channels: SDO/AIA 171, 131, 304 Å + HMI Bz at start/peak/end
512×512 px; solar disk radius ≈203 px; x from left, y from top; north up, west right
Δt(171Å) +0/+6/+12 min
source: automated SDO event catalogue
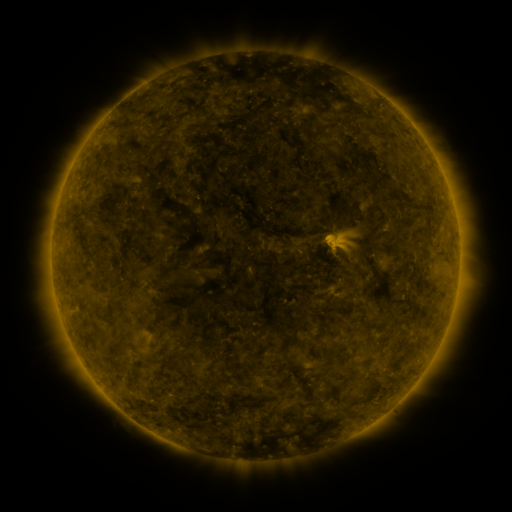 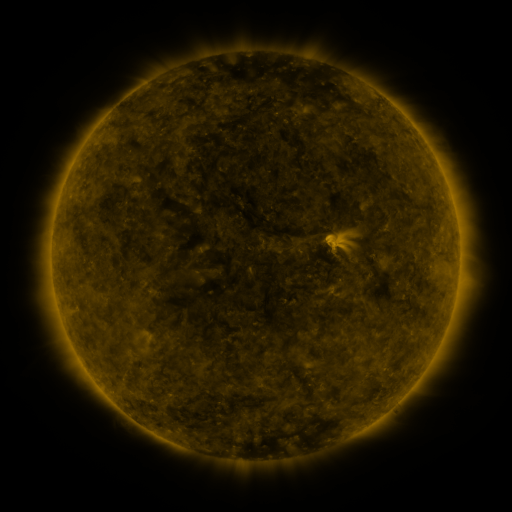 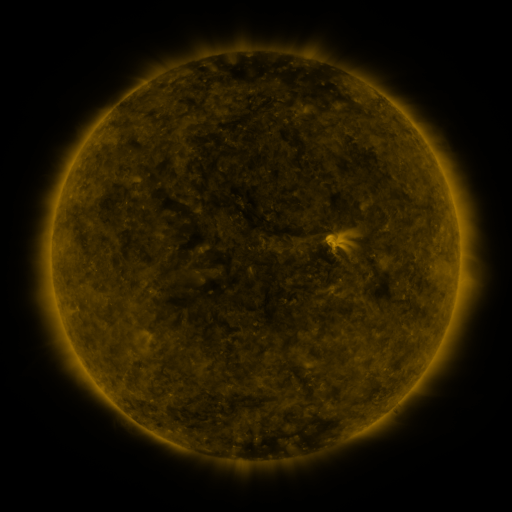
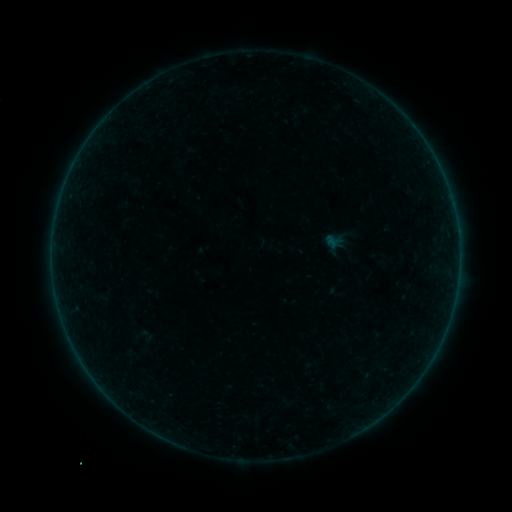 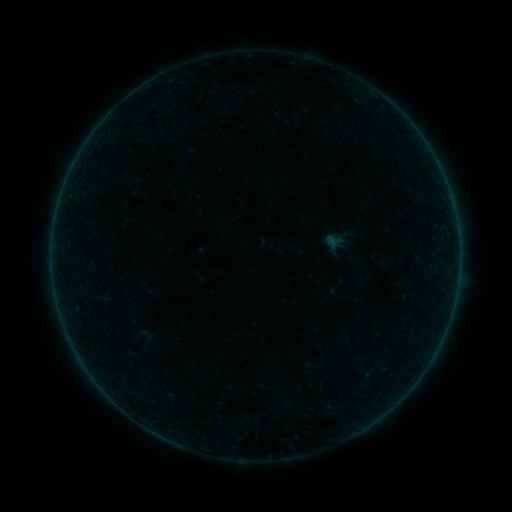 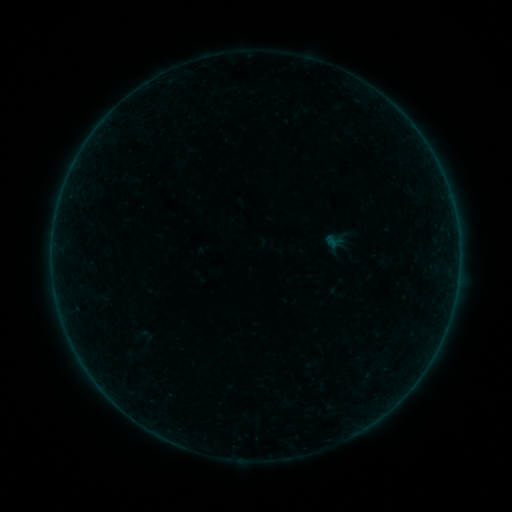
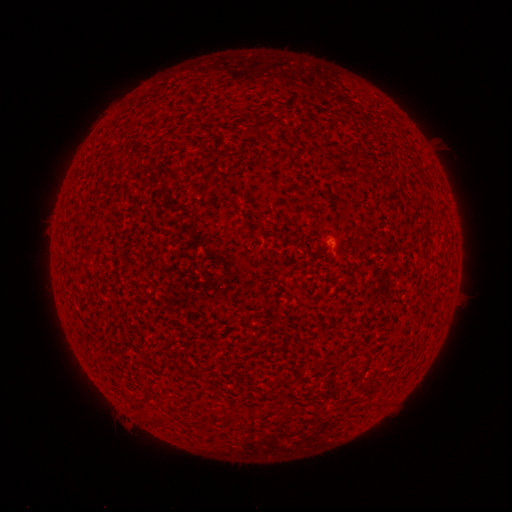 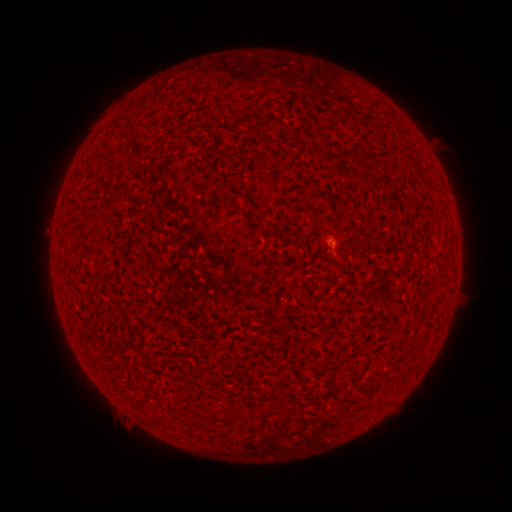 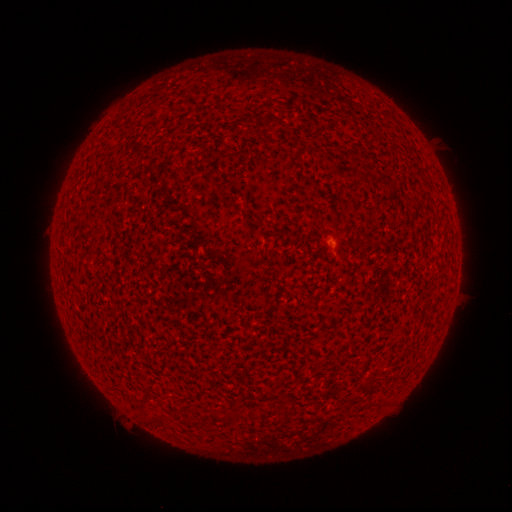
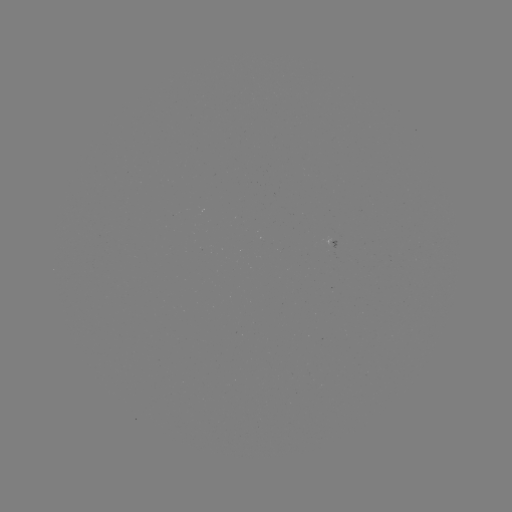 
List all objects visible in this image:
A1.1 flare: (332, 243)
